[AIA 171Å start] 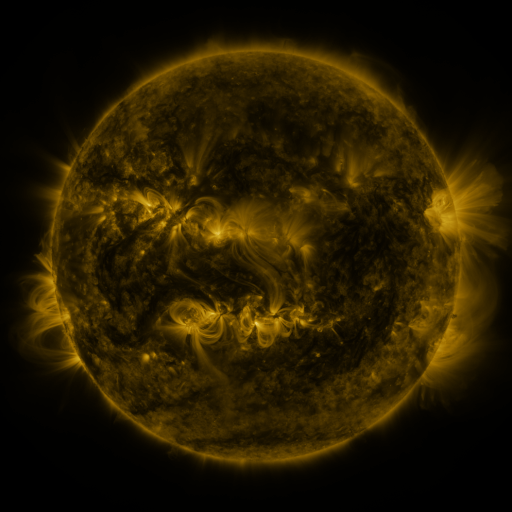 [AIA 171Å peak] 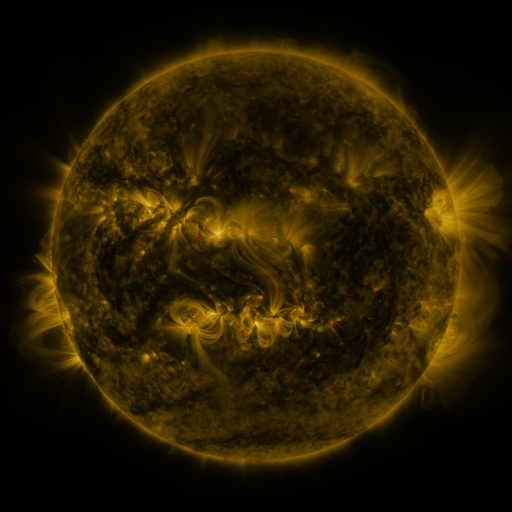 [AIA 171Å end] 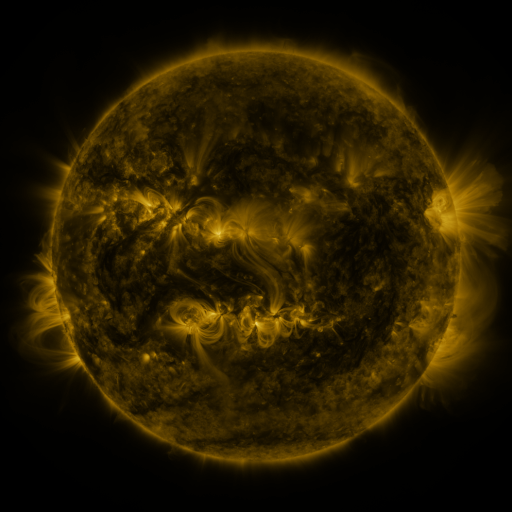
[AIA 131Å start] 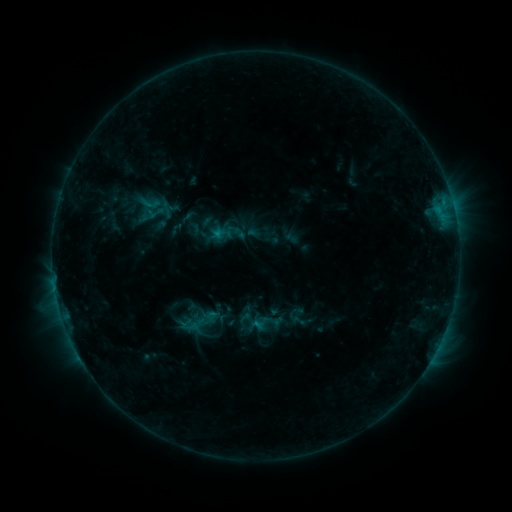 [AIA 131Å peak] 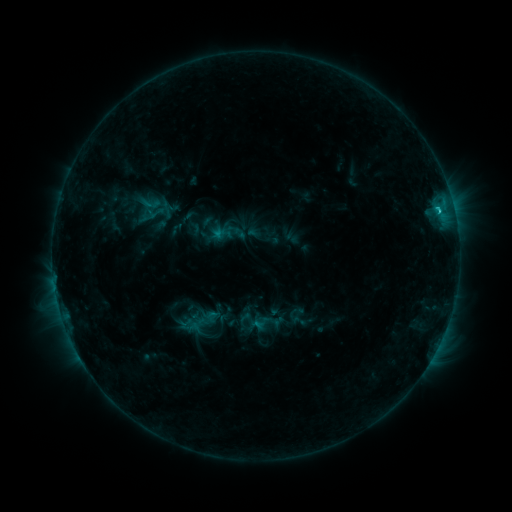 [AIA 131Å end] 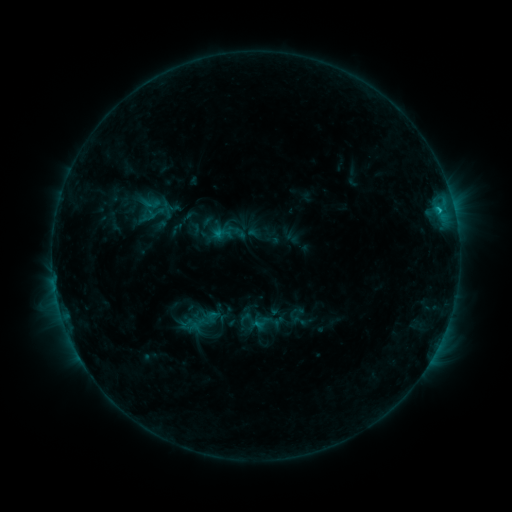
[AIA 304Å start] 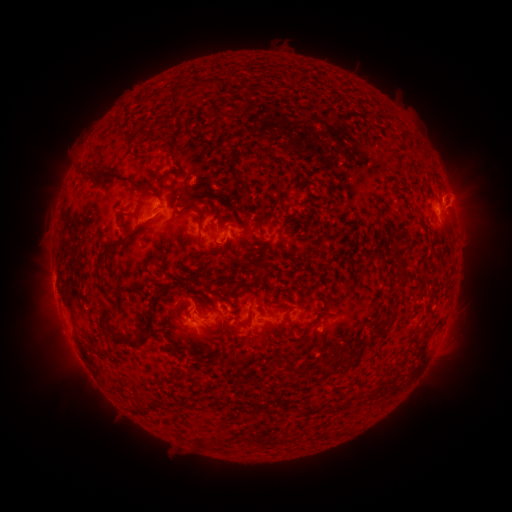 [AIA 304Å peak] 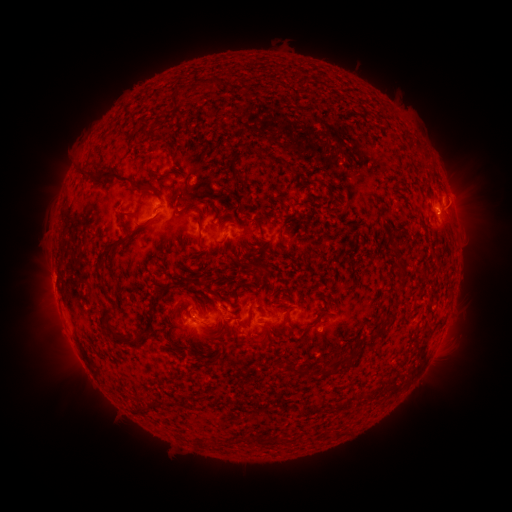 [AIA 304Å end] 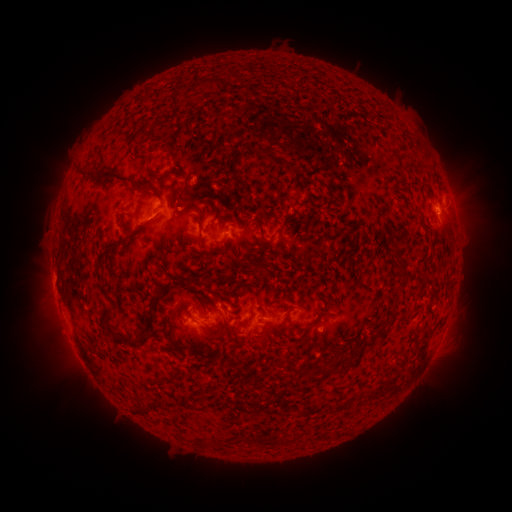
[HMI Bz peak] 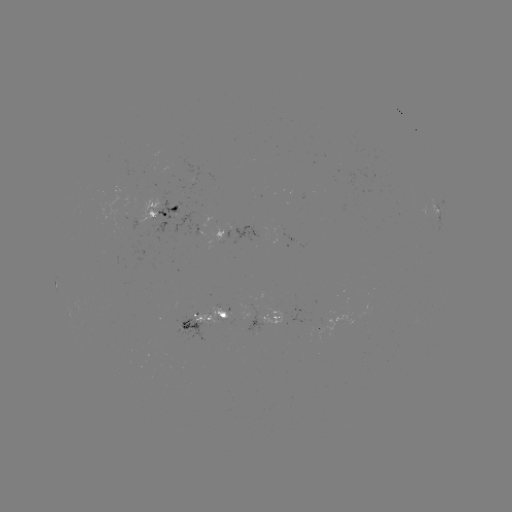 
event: flare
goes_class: B9.8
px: (437, 211)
